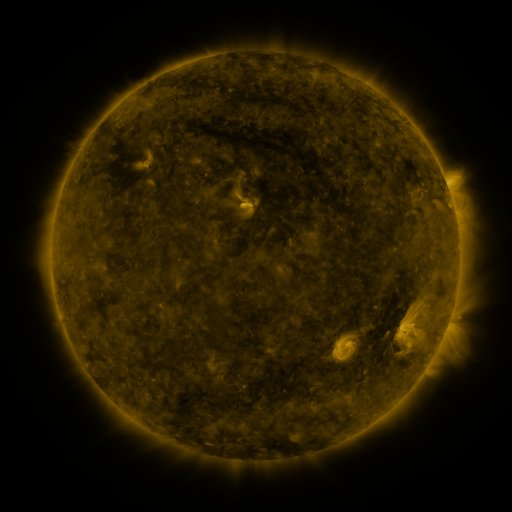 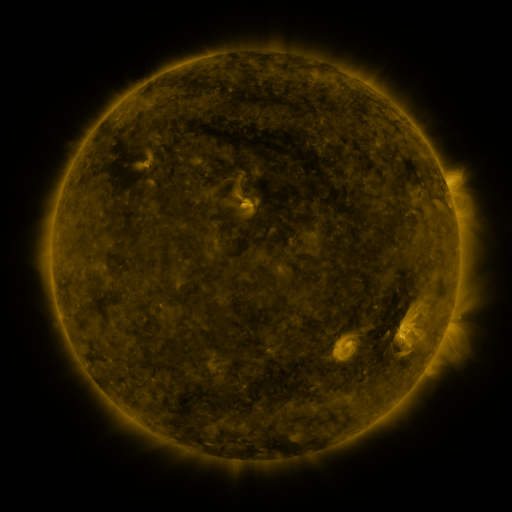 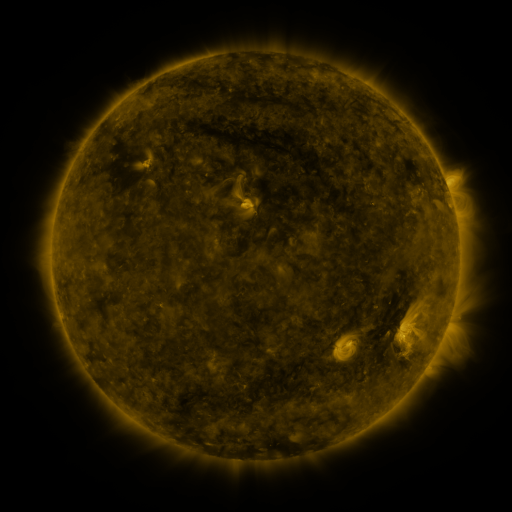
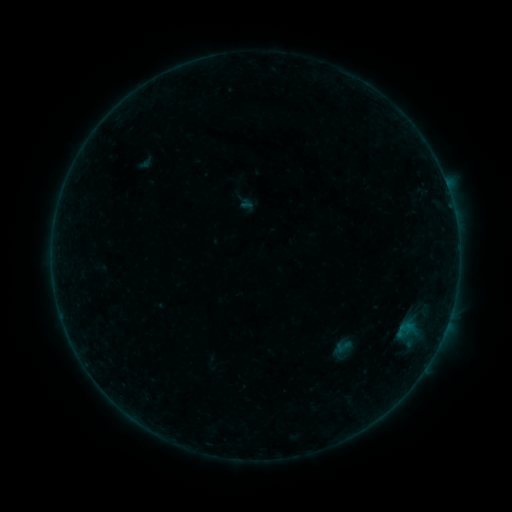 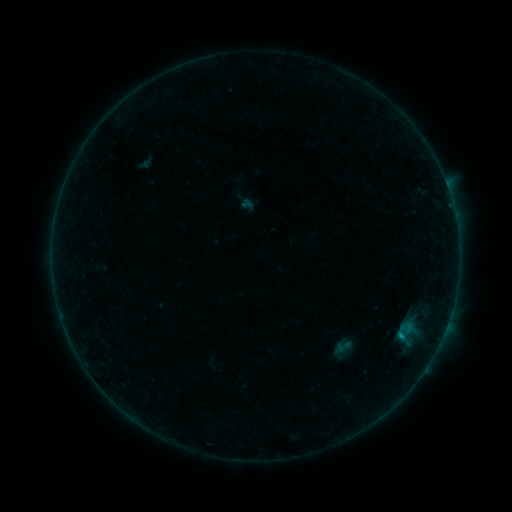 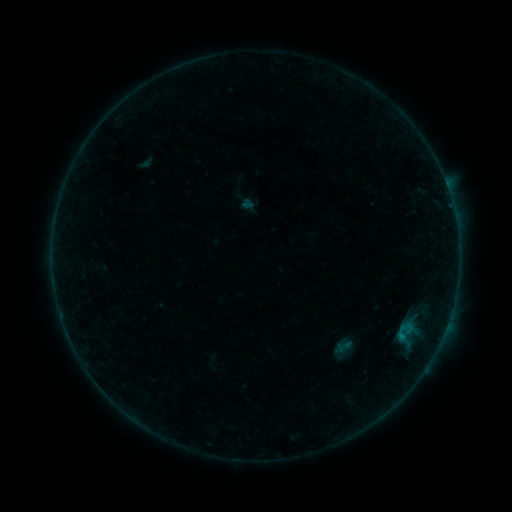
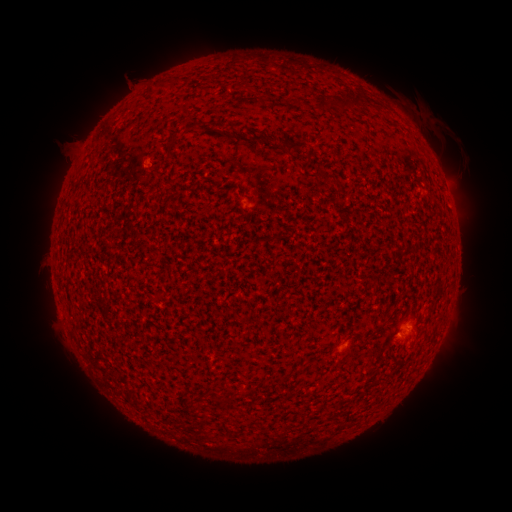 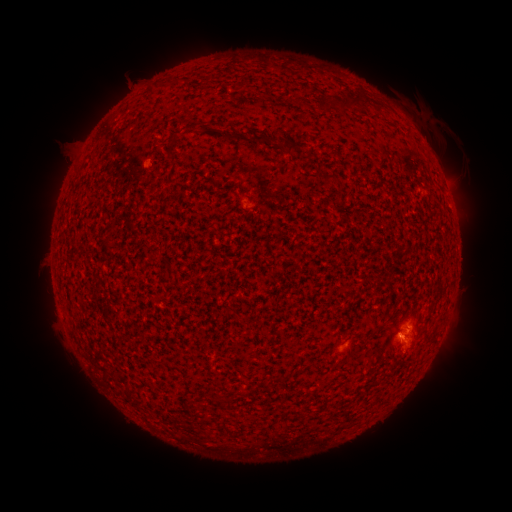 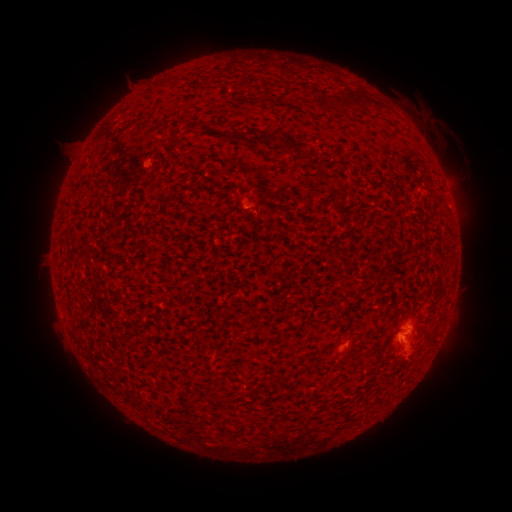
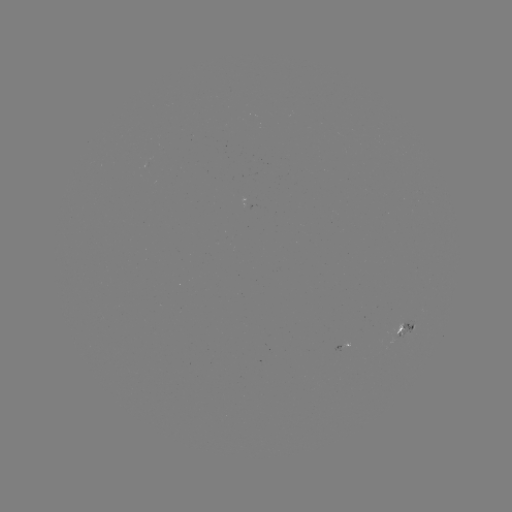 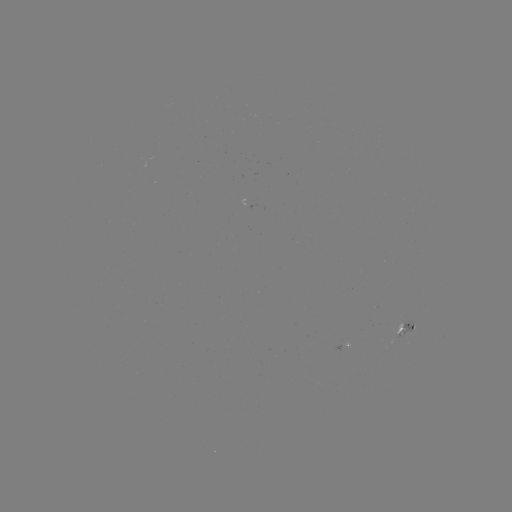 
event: flare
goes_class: B2.5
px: (402, 339)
